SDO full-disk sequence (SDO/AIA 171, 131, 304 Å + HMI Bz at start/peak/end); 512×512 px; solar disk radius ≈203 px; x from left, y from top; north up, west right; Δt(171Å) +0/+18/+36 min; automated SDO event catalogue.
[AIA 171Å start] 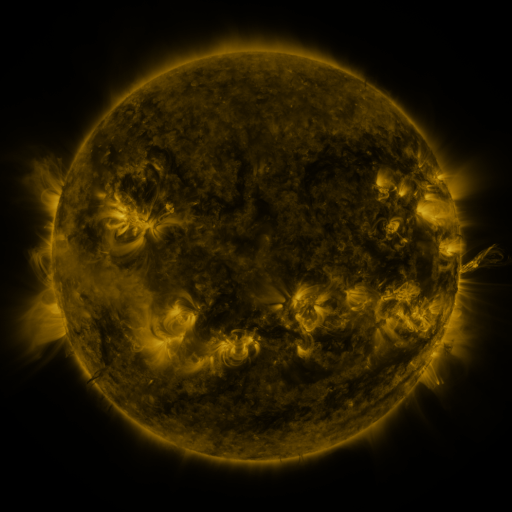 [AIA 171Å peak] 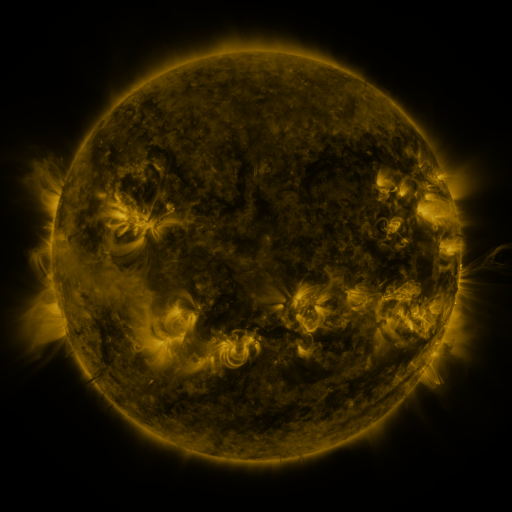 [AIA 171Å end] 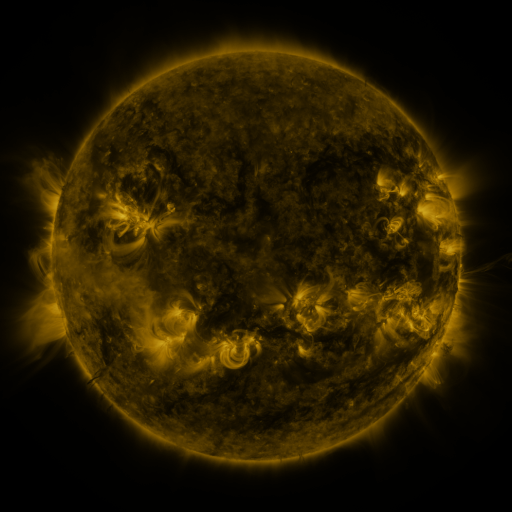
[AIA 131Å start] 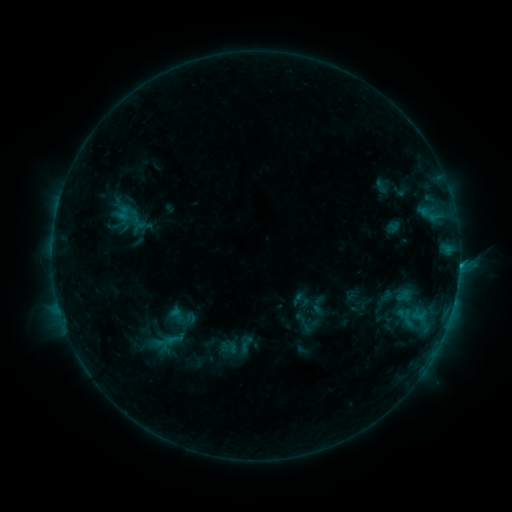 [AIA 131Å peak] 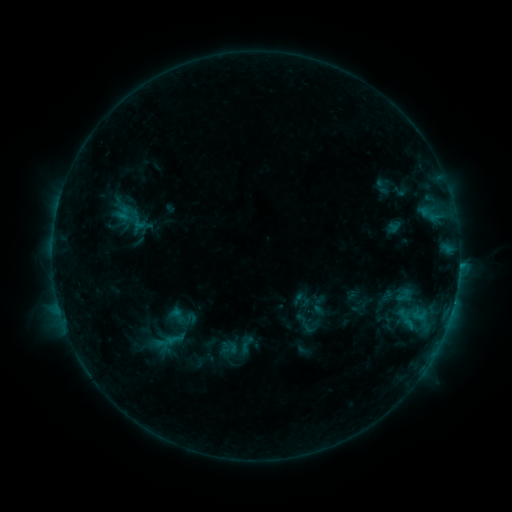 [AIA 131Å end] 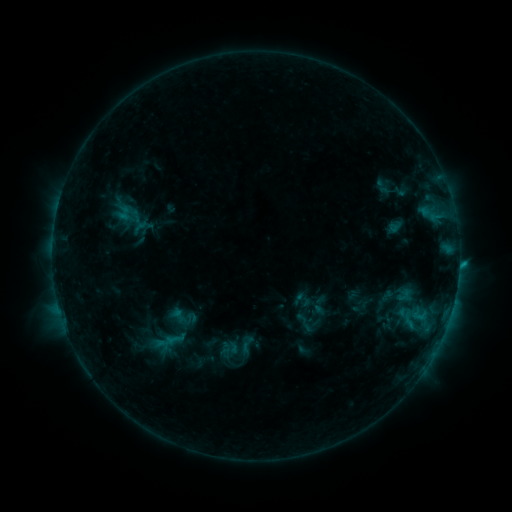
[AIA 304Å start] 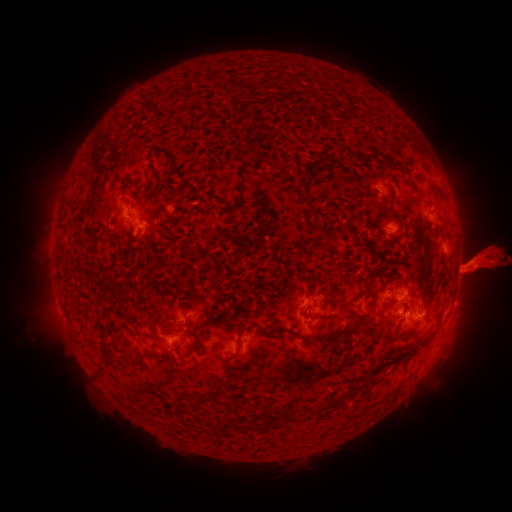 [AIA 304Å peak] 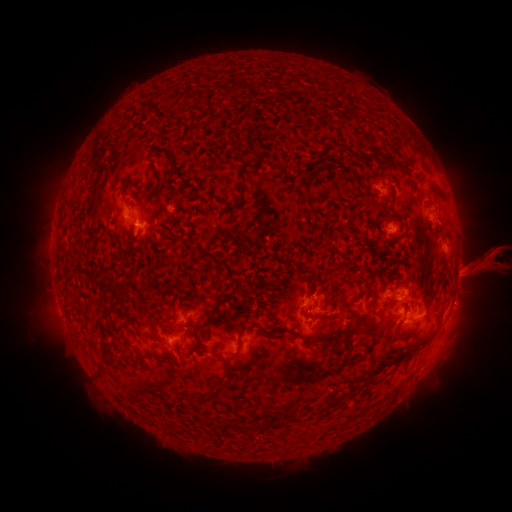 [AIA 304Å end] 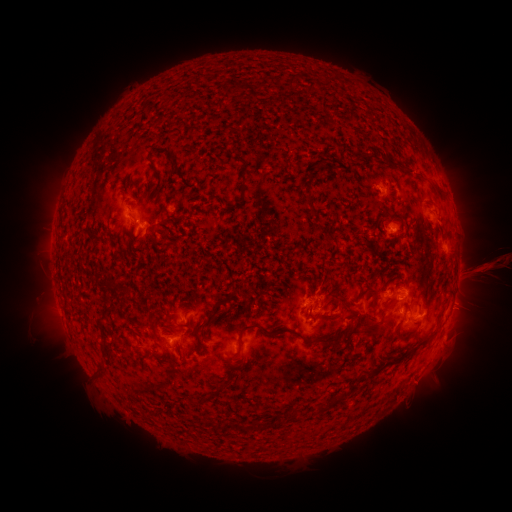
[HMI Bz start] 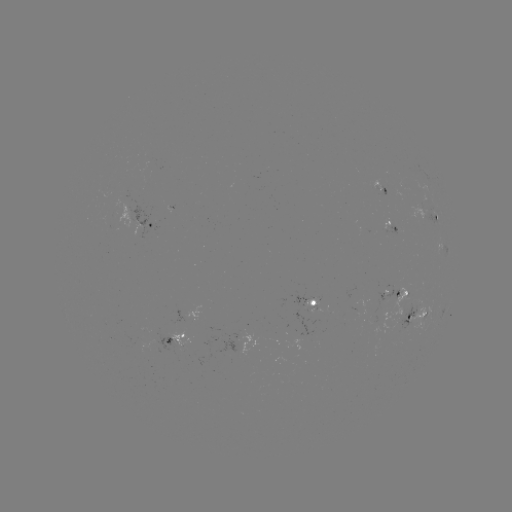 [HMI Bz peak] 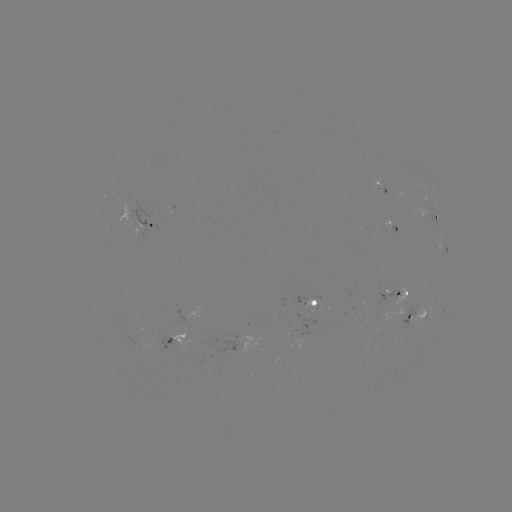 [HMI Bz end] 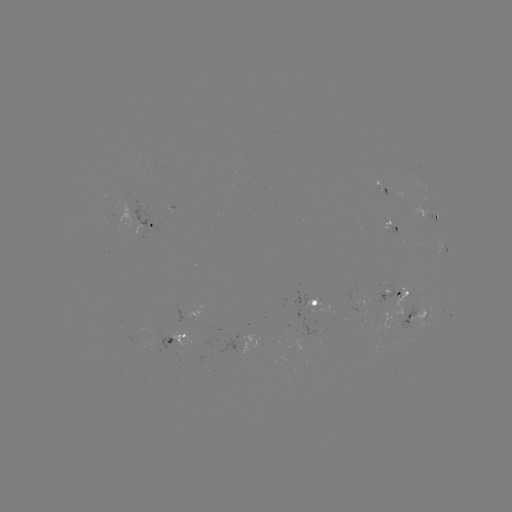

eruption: (434, 190, 511, 336)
